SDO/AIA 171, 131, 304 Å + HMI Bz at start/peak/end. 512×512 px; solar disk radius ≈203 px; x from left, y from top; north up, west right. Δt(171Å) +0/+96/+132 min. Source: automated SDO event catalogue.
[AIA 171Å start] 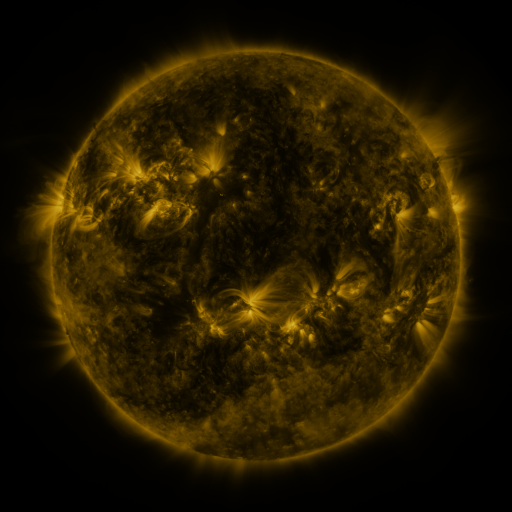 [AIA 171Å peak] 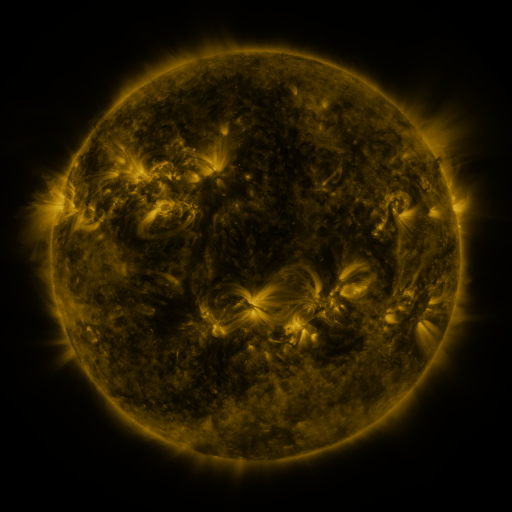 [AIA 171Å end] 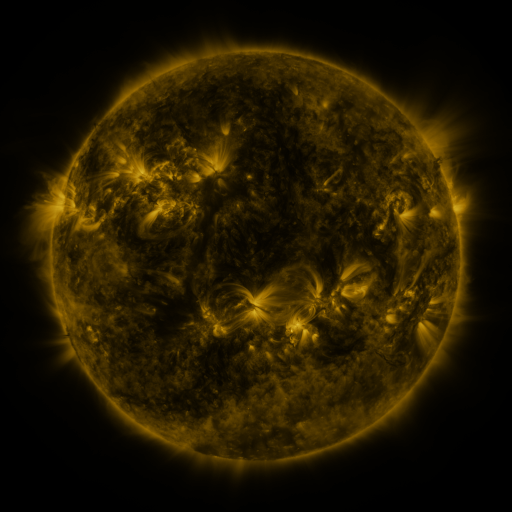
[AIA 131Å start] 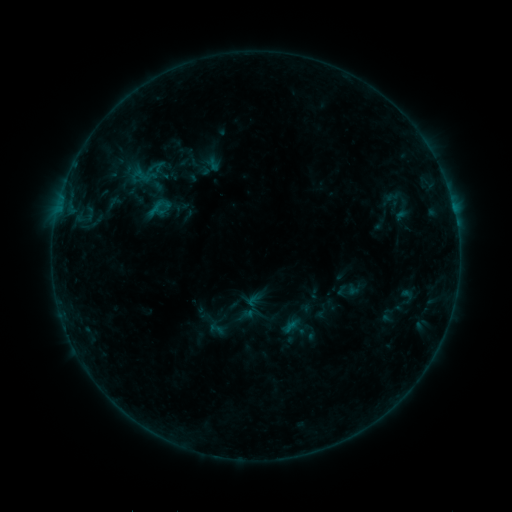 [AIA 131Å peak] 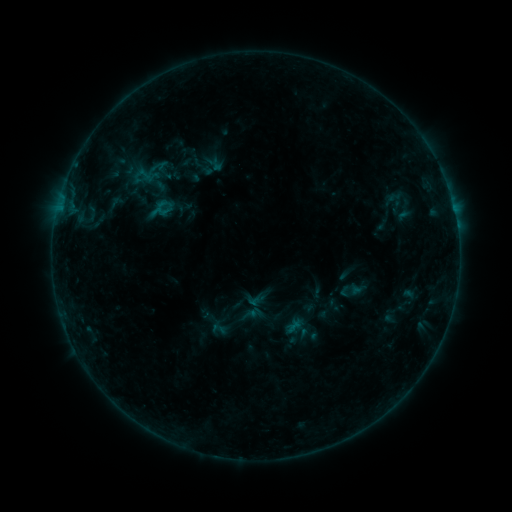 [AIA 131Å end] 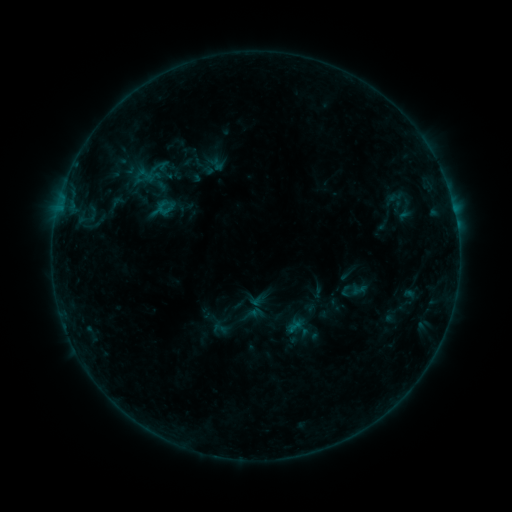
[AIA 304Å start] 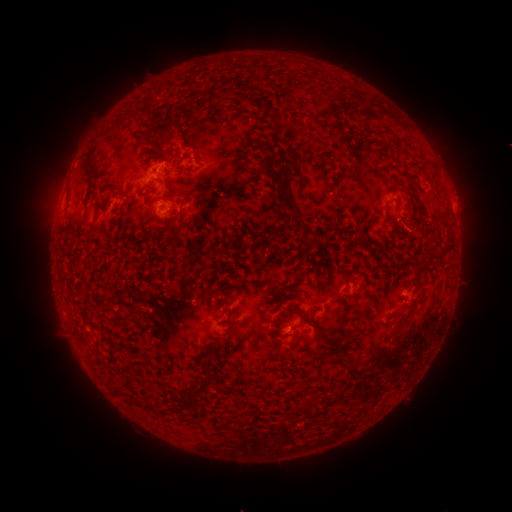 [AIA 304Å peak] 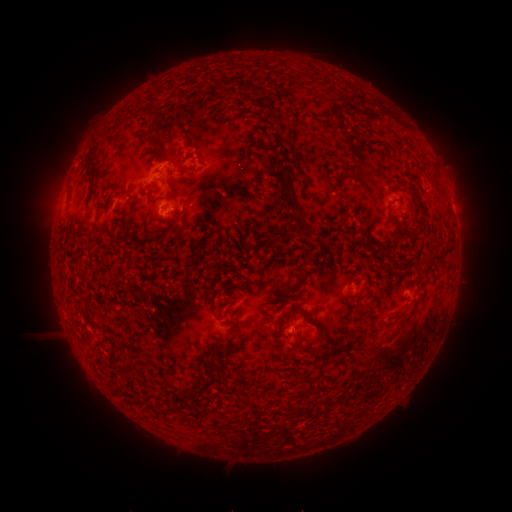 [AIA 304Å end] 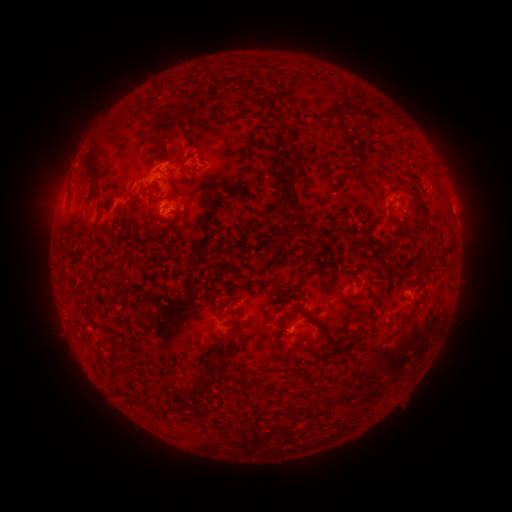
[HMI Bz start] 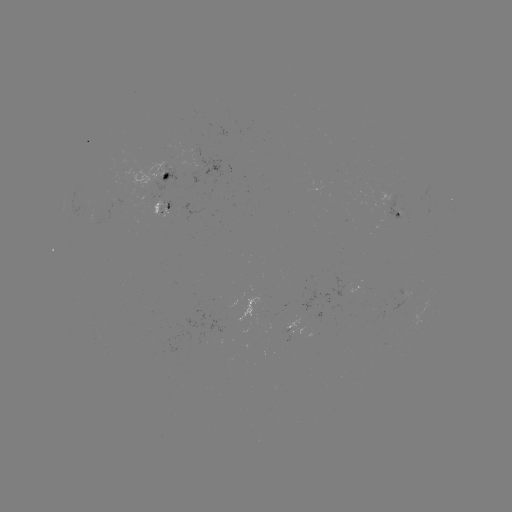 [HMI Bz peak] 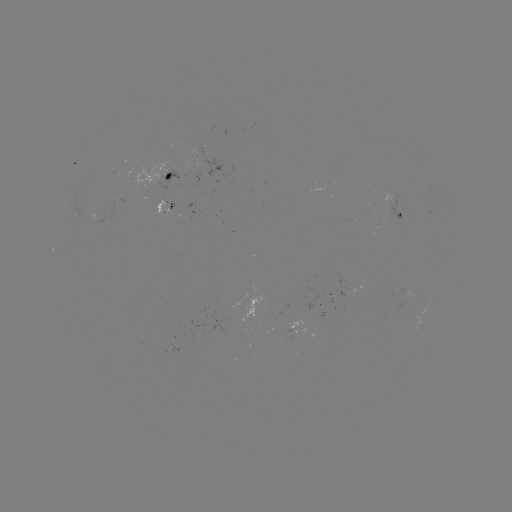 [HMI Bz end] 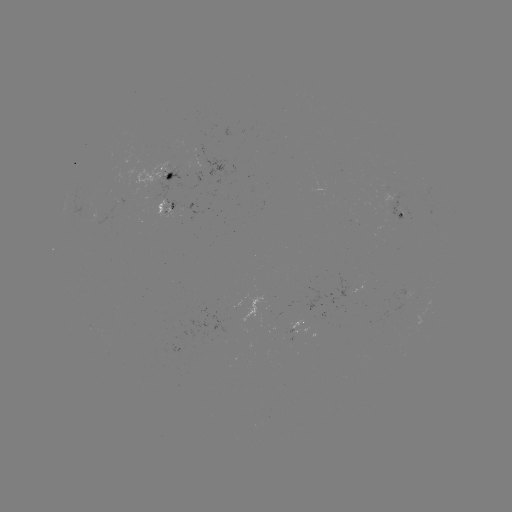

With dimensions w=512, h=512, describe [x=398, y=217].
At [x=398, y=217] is emerging-flux region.